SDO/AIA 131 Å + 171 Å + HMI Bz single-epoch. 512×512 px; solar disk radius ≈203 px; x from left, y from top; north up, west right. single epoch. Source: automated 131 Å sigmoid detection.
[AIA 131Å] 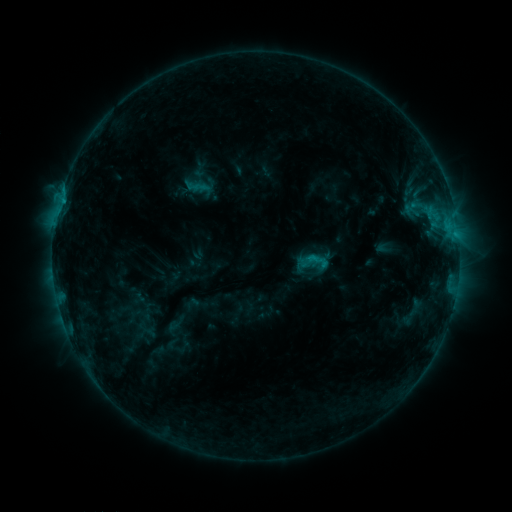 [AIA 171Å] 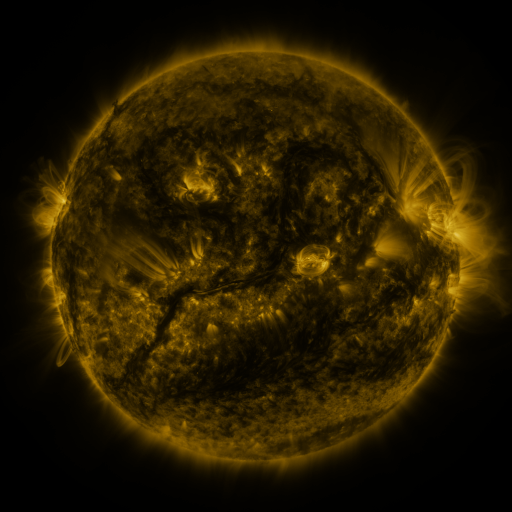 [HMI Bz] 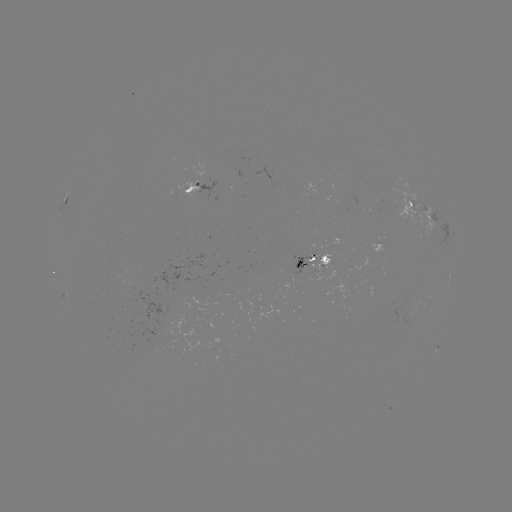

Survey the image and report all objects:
sigmoid: (313, 260)
